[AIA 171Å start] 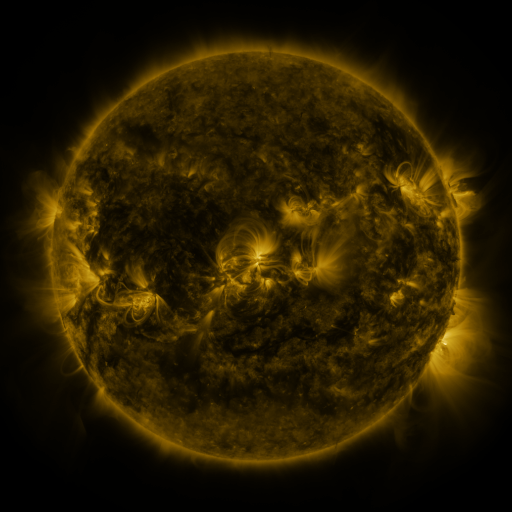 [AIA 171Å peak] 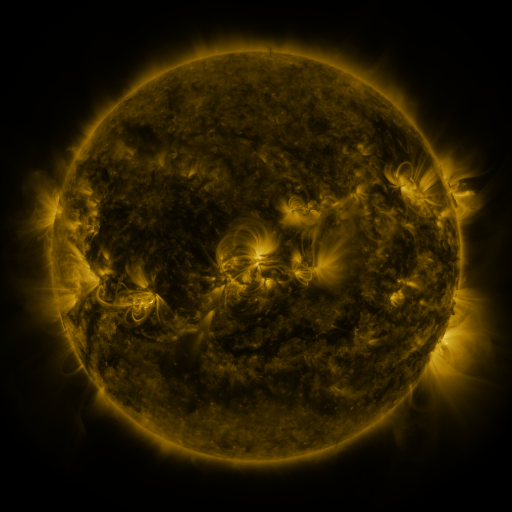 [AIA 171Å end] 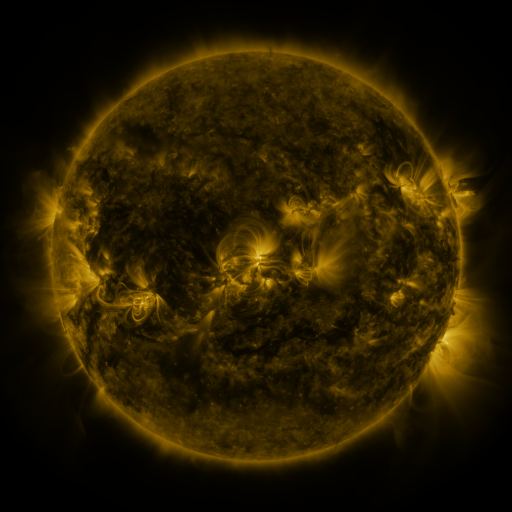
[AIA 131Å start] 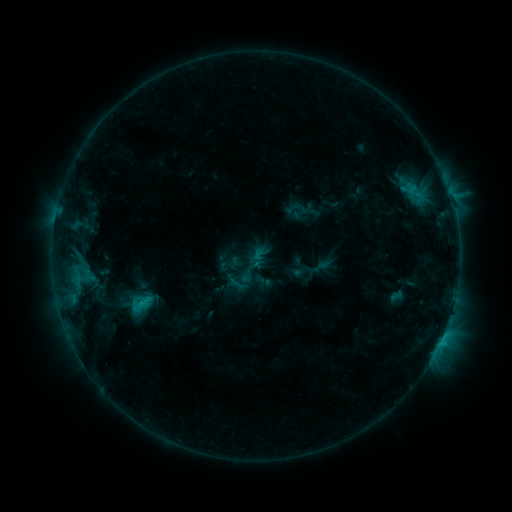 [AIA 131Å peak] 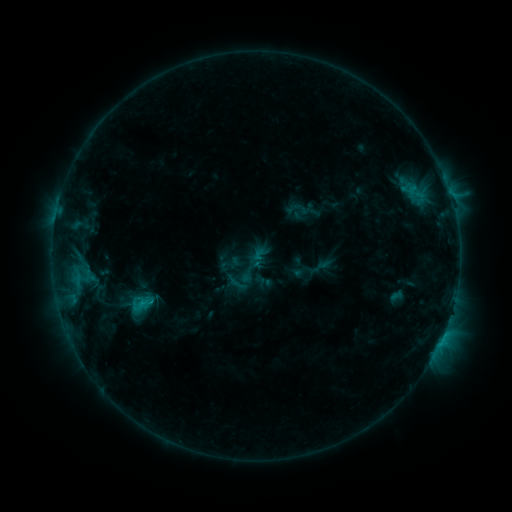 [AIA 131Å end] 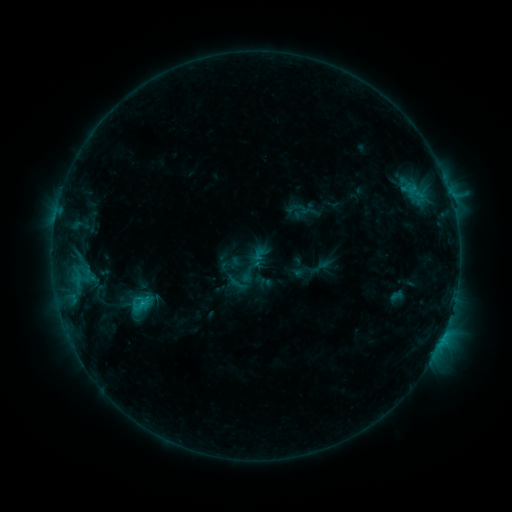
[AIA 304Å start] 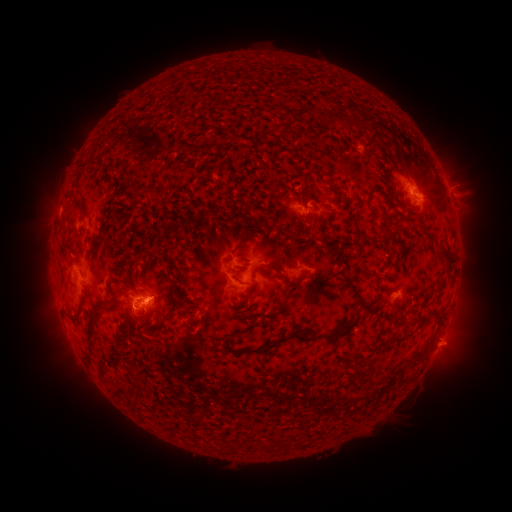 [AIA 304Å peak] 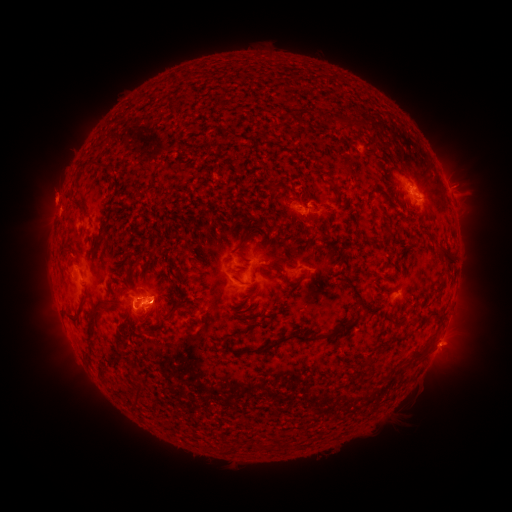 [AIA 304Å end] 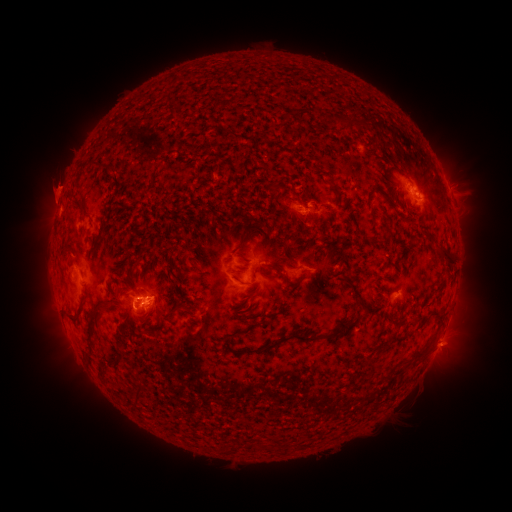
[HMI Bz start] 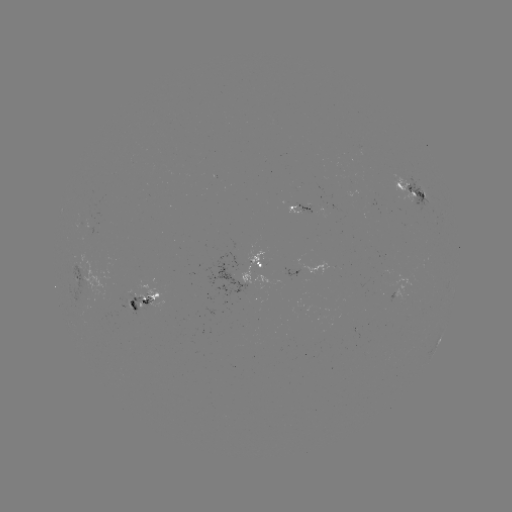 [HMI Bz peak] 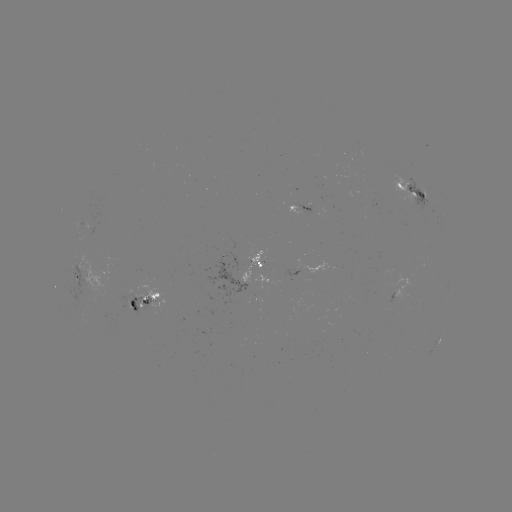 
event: eruption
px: (55, 188)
